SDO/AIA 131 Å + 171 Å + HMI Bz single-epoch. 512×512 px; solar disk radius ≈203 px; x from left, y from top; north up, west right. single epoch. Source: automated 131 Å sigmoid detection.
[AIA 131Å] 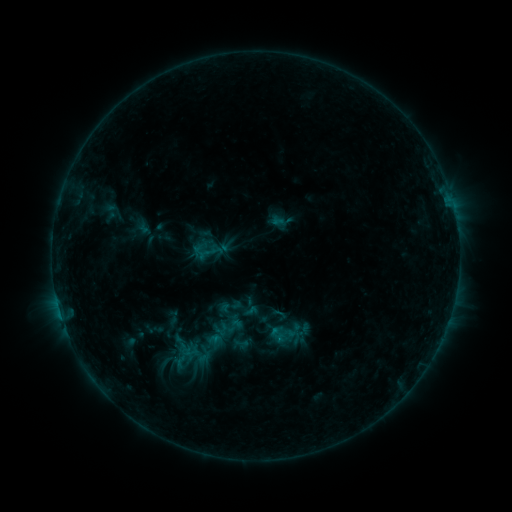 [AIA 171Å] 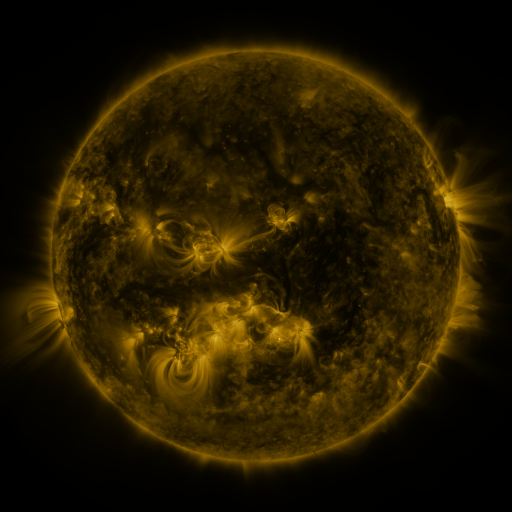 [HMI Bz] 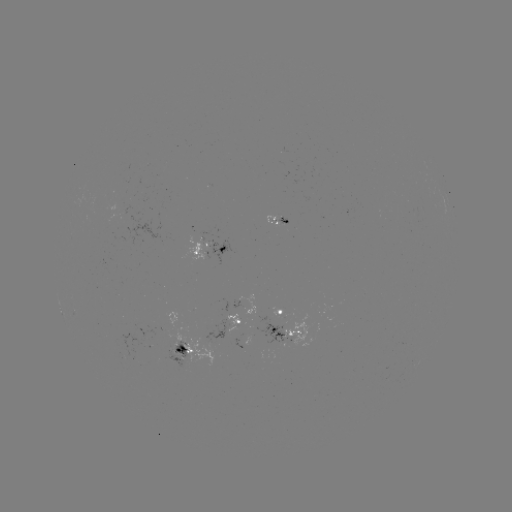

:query sigmoid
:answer [282, 335]